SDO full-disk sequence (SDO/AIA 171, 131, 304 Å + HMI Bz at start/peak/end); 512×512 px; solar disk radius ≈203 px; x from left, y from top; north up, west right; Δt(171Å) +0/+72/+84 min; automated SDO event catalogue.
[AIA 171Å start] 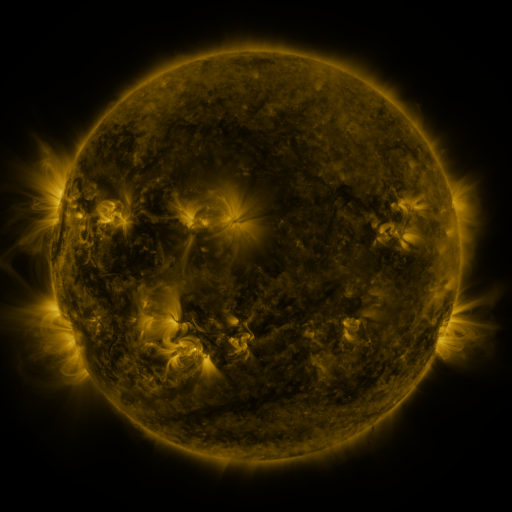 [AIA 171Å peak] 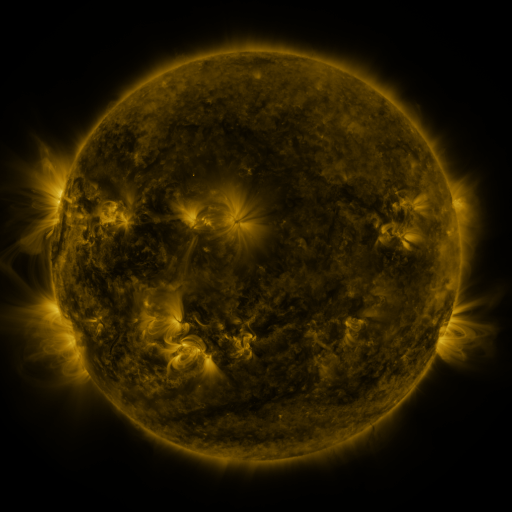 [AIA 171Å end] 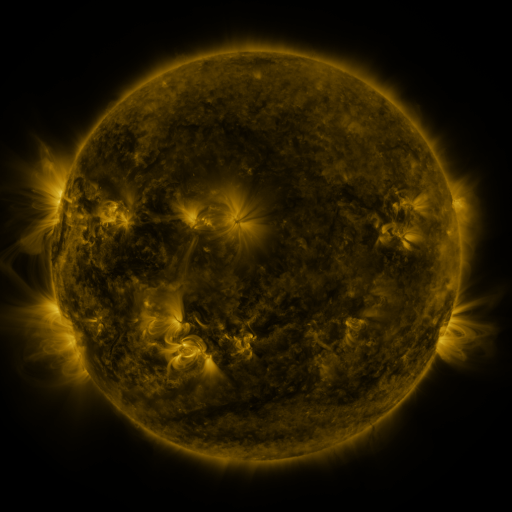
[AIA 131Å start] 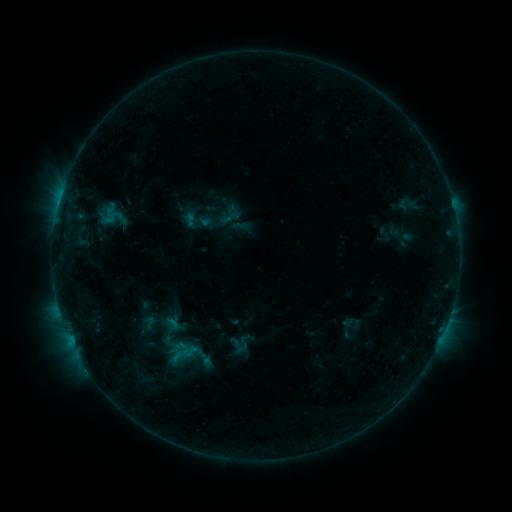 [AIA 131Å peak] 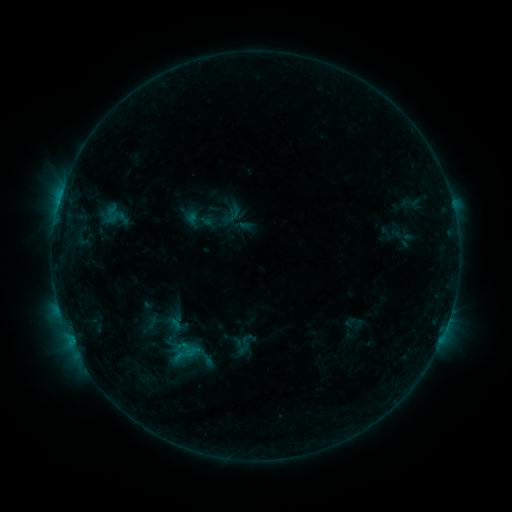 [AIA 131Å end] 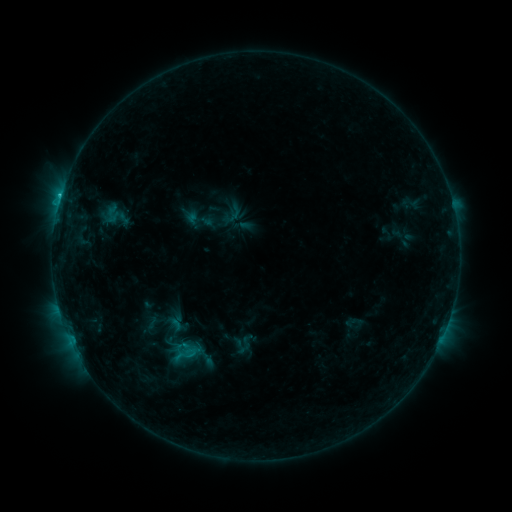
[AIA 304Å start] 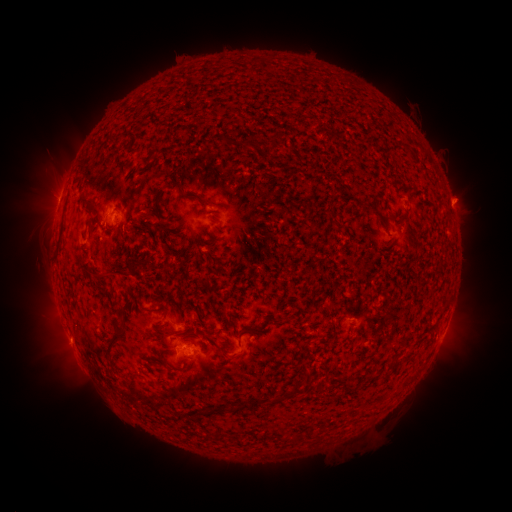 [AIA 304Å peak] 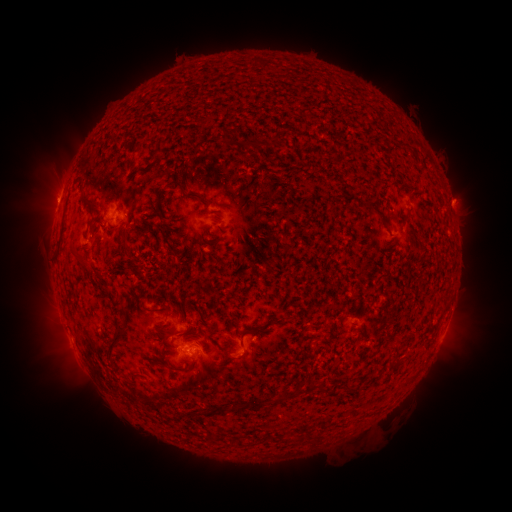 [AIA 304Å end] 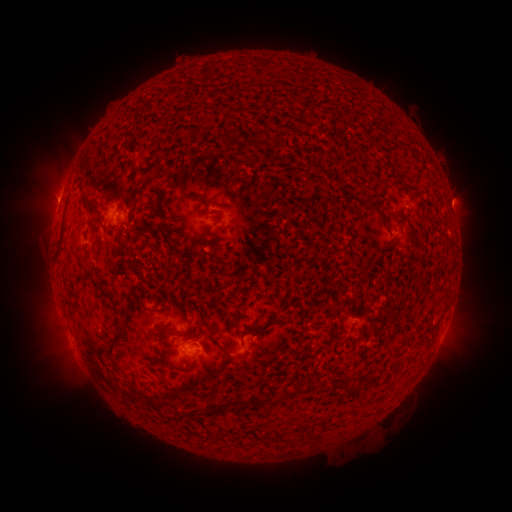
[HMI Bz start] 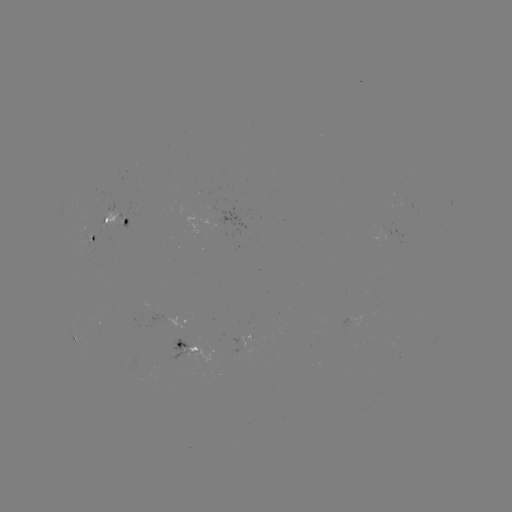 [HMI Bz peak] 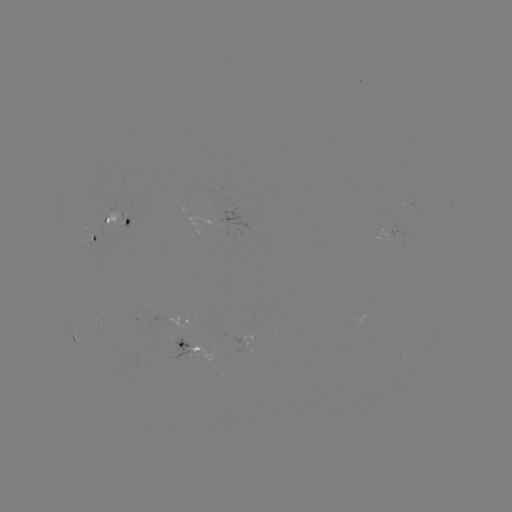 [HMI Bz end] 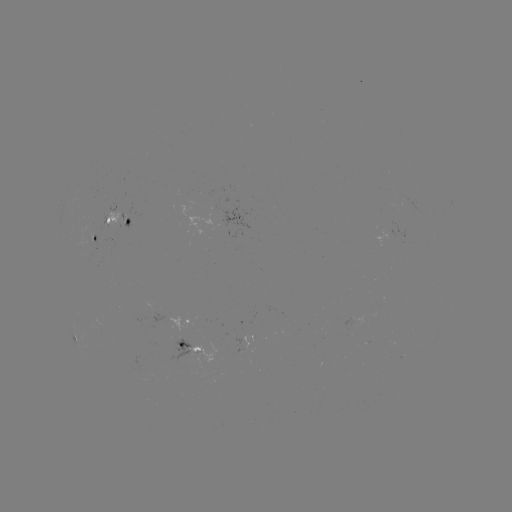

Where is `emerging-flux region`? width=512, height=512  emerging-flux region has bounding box [79, 235, 89, 247].